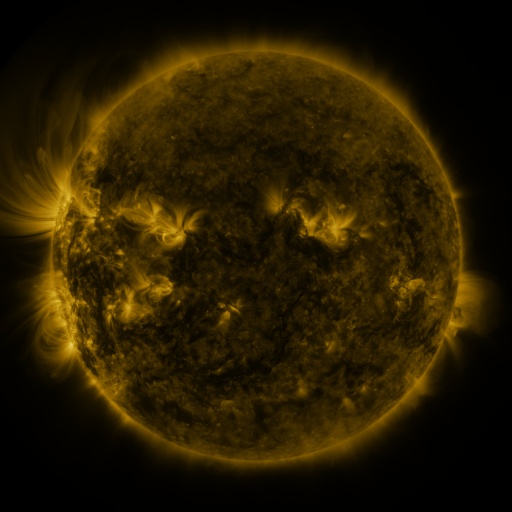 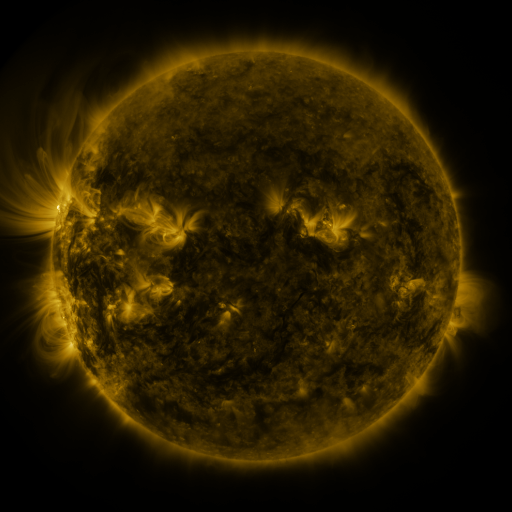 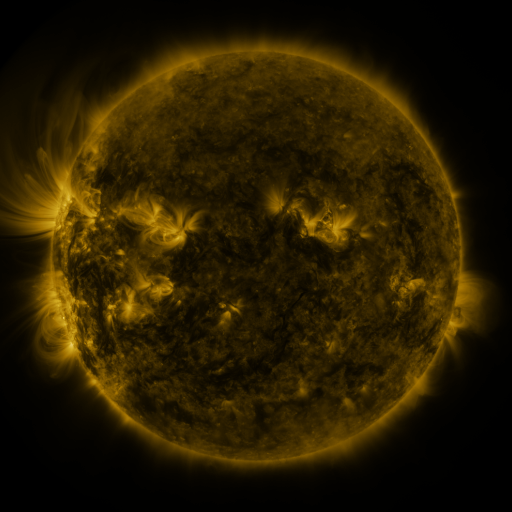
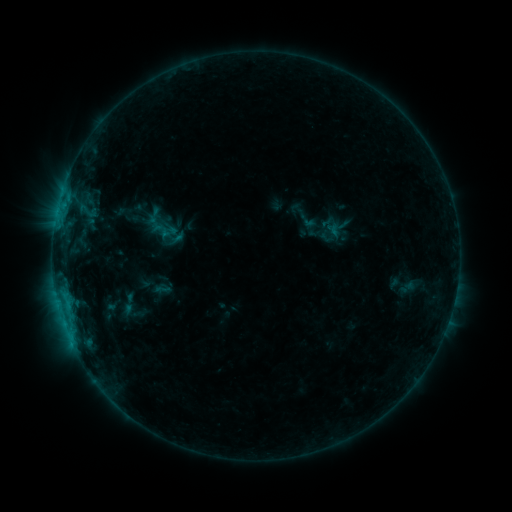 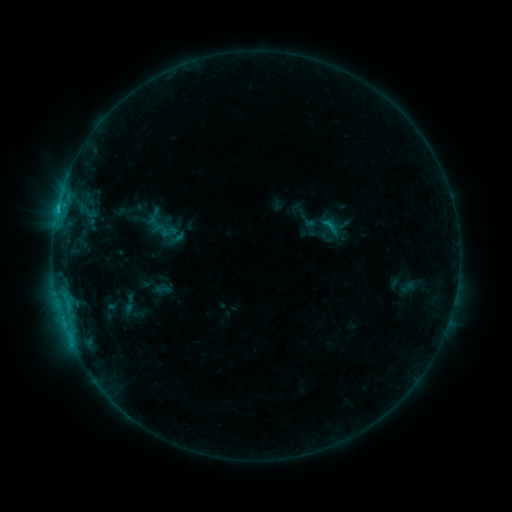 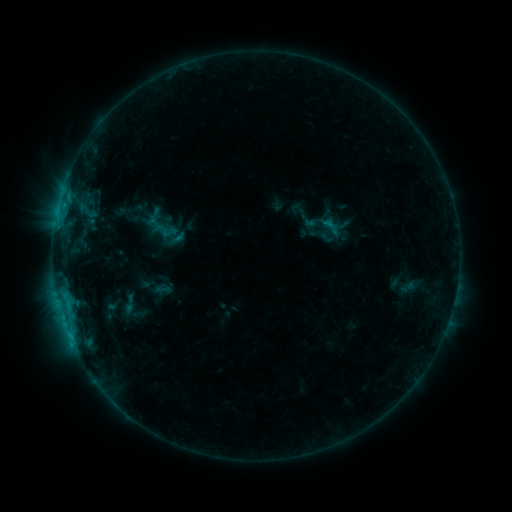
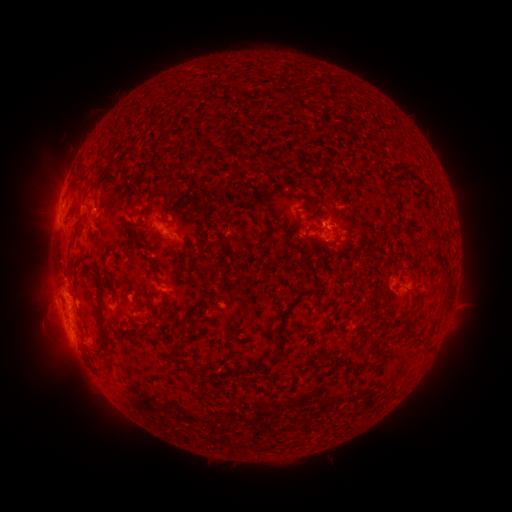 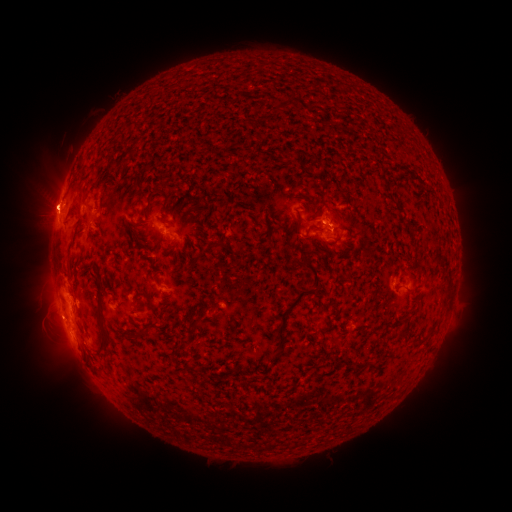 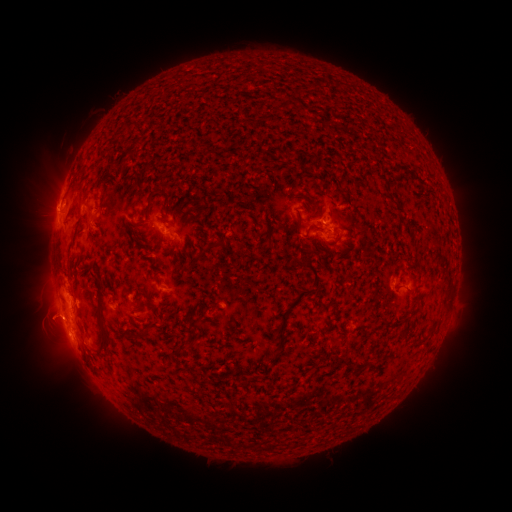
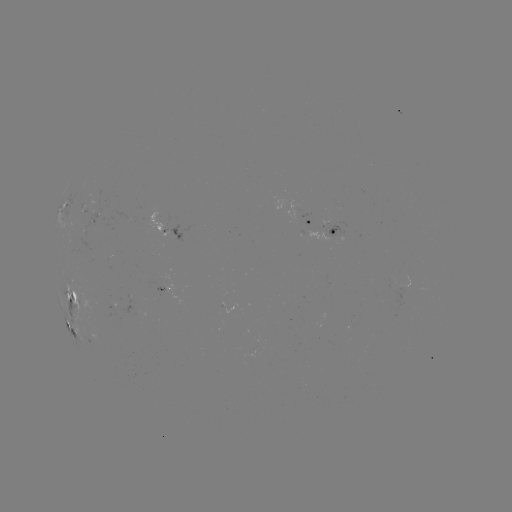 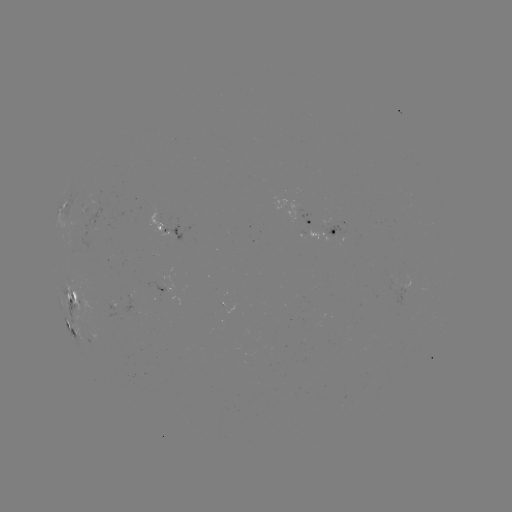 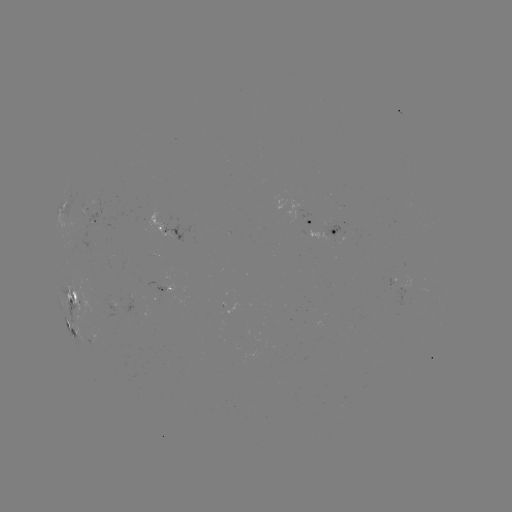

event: eruption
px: (329, 209)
